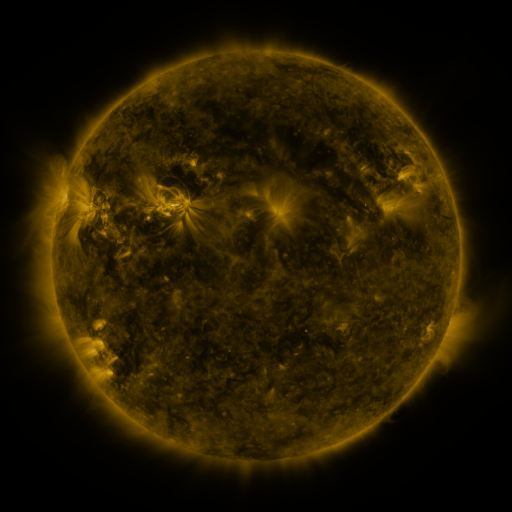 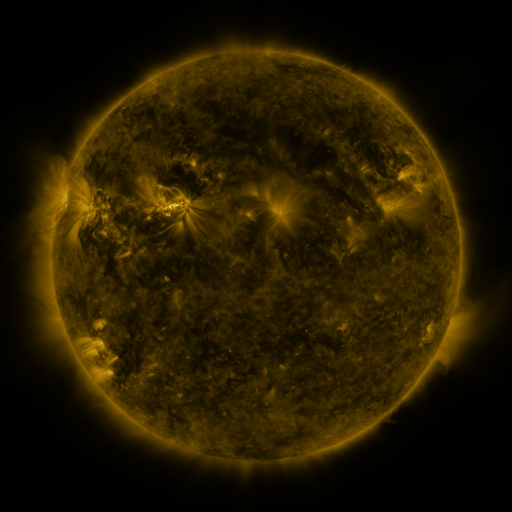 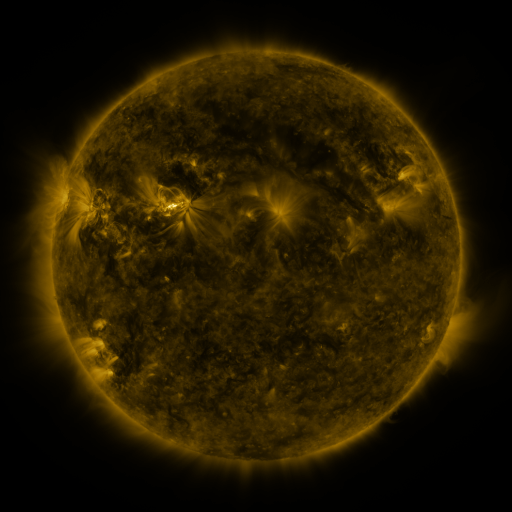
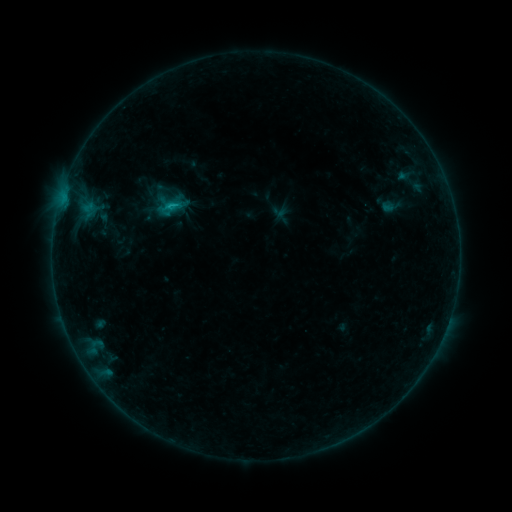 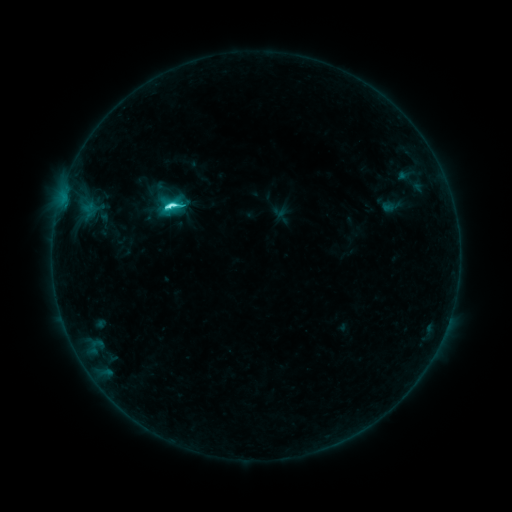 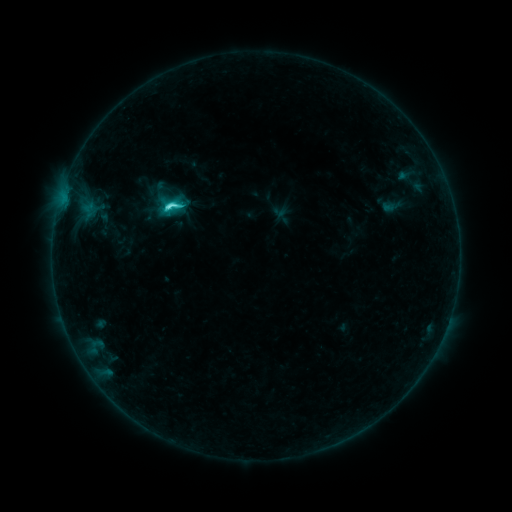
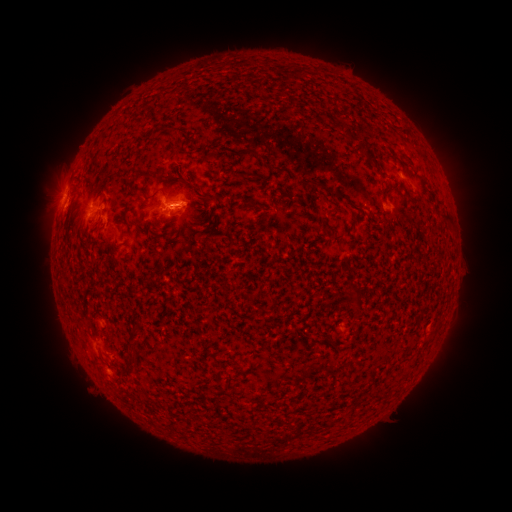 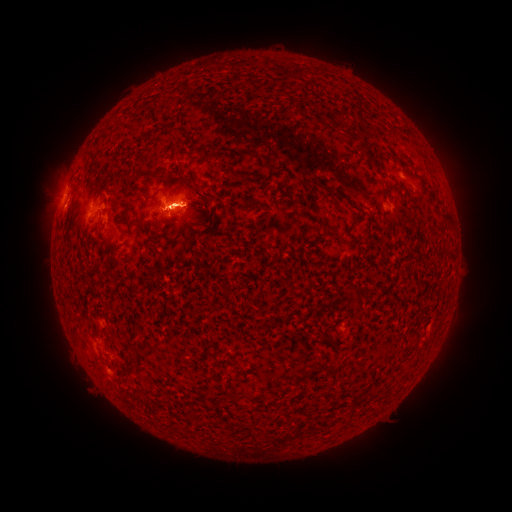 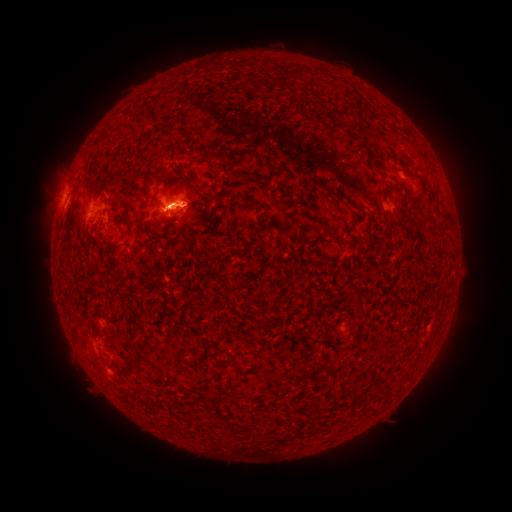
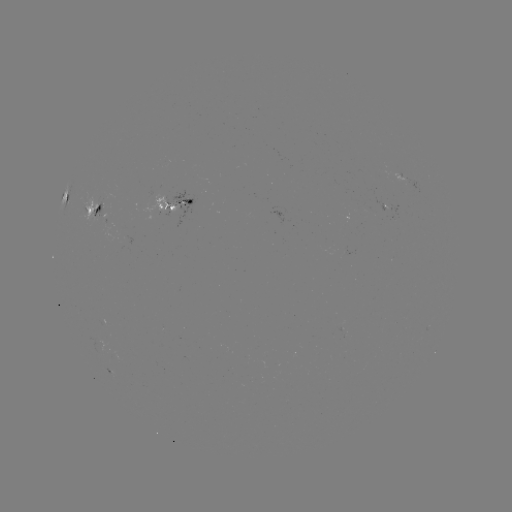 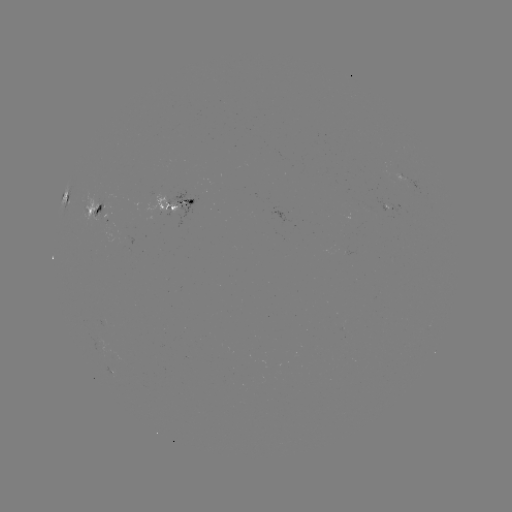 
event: flare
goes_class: C5.3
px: (174, 206)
